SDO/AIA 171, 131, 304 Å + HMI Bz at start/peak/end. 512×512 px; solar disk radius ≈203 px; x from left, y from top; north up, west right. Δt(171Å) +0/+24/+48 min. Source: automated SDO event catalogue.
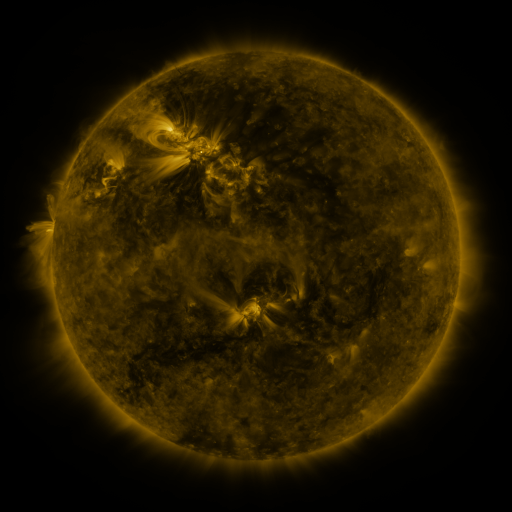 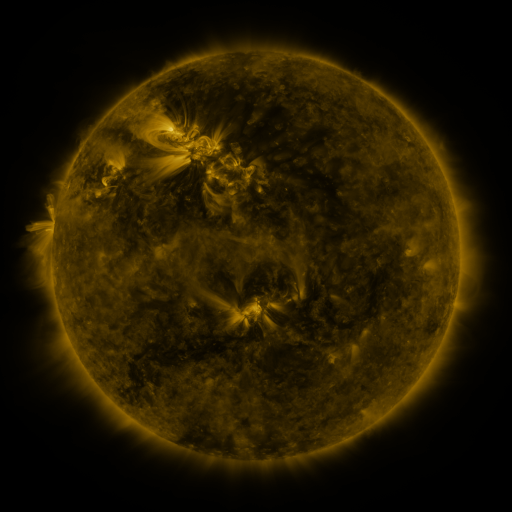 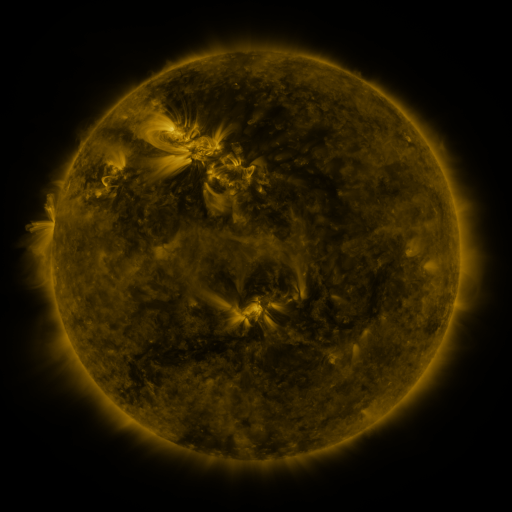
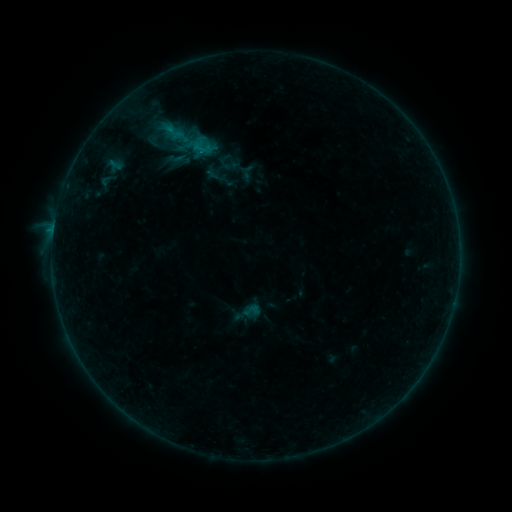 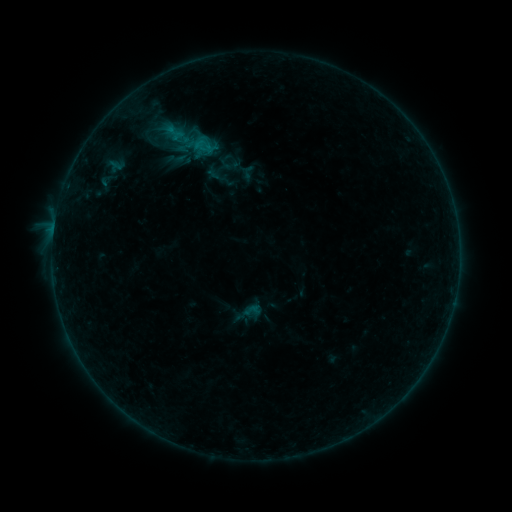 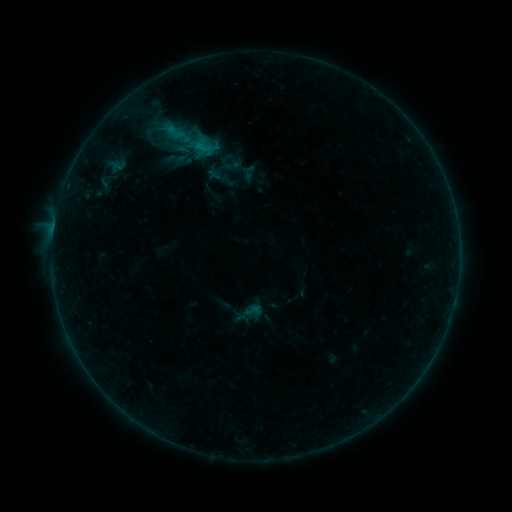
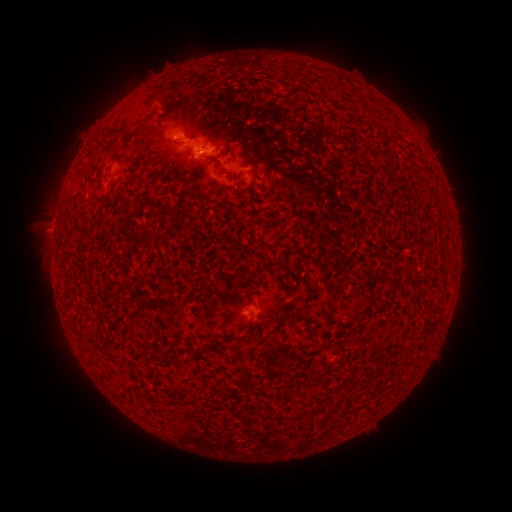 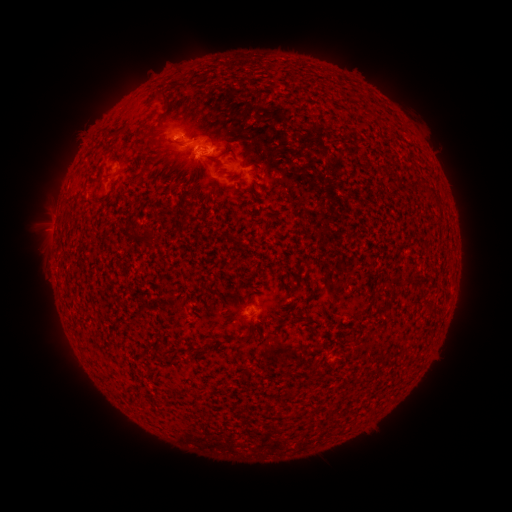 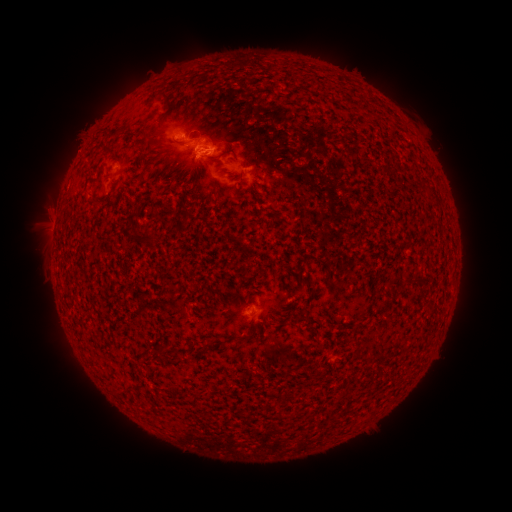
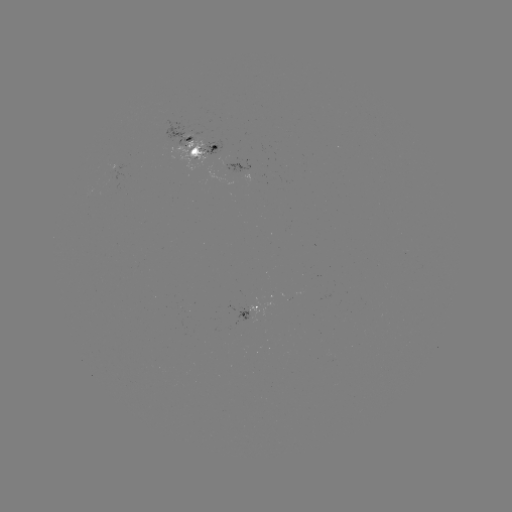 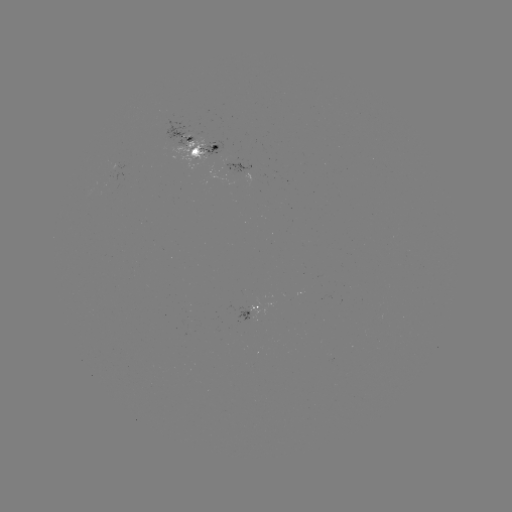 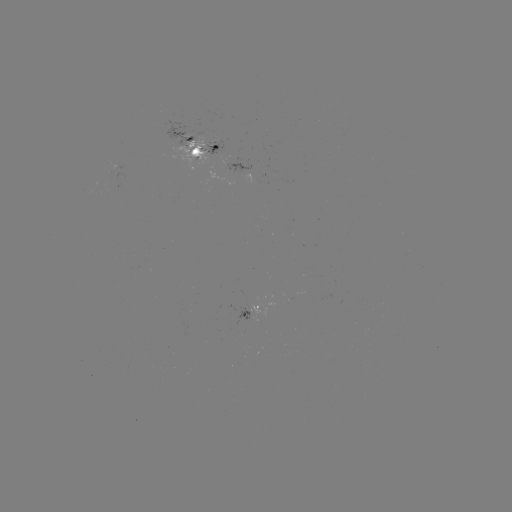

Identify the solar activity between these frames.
emerging-flux region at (196, 150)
